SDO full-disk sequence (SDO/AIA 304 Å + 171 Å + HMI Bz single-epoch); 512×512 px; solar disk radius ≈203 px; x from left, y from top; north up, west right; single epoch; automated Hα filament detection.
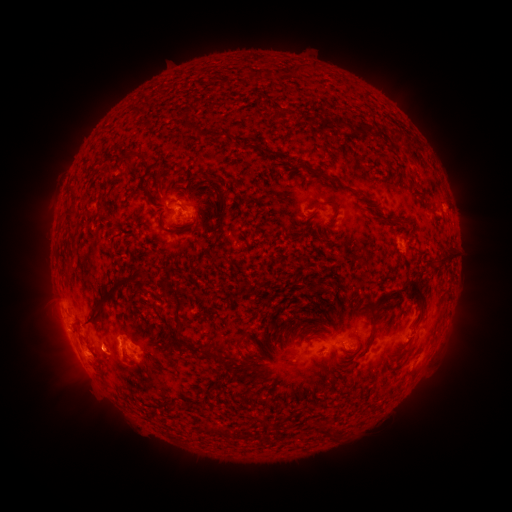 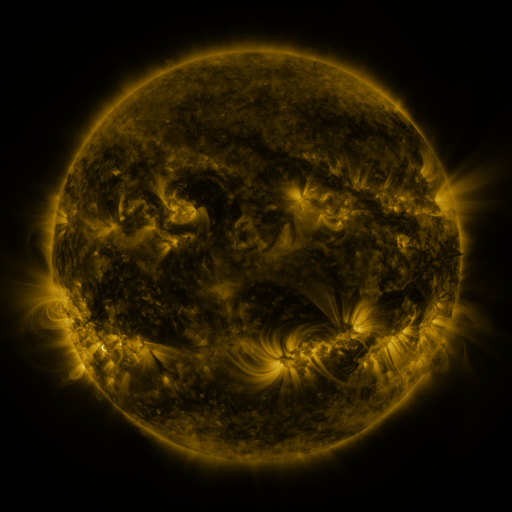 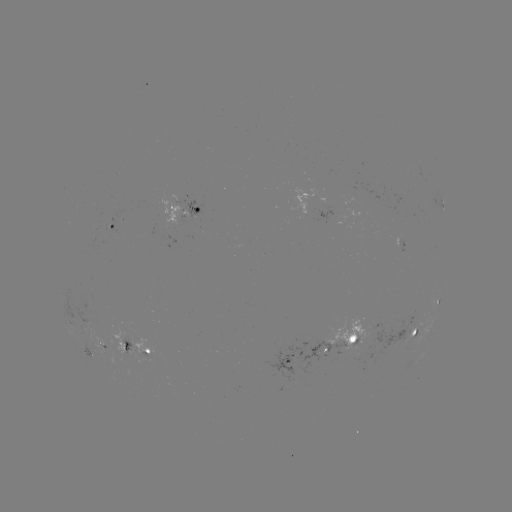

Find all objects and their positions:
filament: (192, 127)
filament: (362, 128)
filament: (214, 135)
filament: (130, 157)
filament: (338, 182)
filament: (323, 204)
filament: (223, 216)
filament: (169, 230)
filament: (446, 260)
filament: (139, 284)
filament: (417, 296)
filament: (104, 298)
filament: (179, 305)
filament: (372, 329)
filament: (178, 331)
filament: (313, 338)
filament: (241, 340)
filament: (212, 347)
filament: (319, 428)
filament: (219, 431)
